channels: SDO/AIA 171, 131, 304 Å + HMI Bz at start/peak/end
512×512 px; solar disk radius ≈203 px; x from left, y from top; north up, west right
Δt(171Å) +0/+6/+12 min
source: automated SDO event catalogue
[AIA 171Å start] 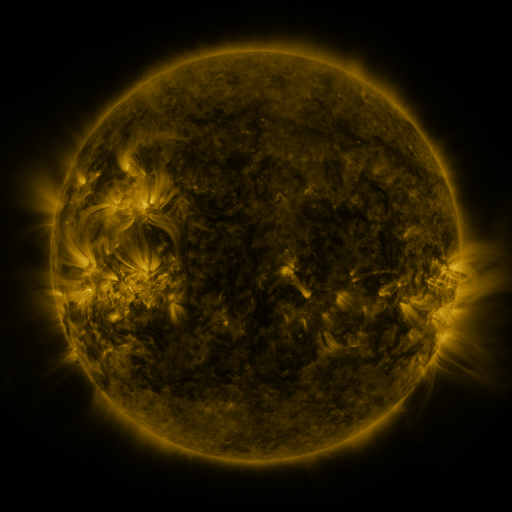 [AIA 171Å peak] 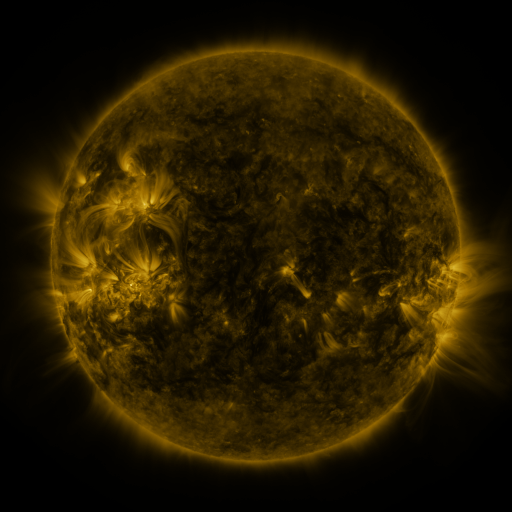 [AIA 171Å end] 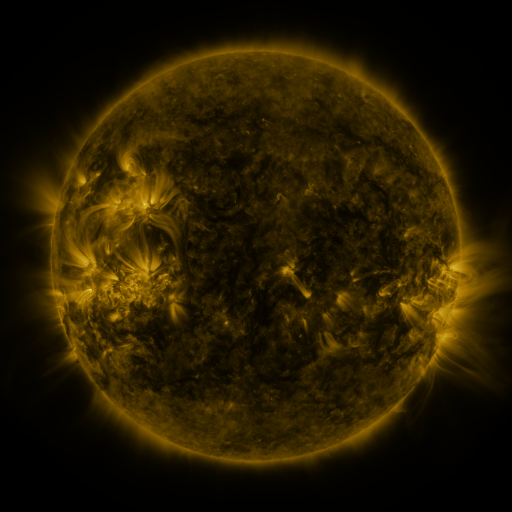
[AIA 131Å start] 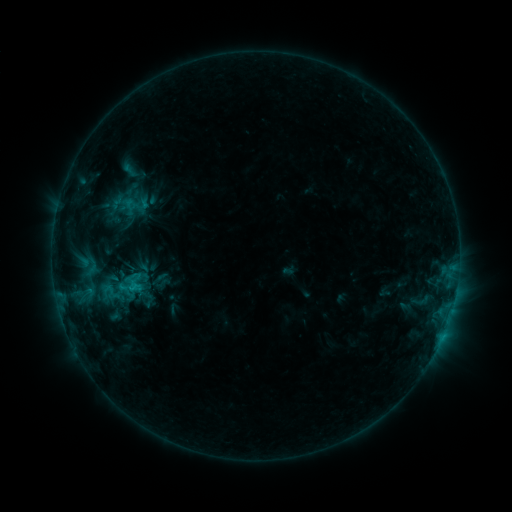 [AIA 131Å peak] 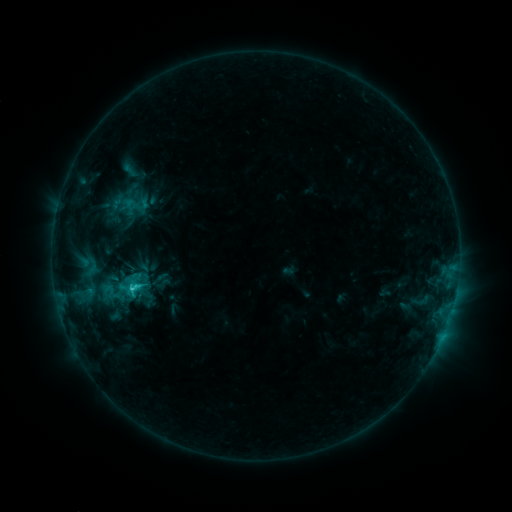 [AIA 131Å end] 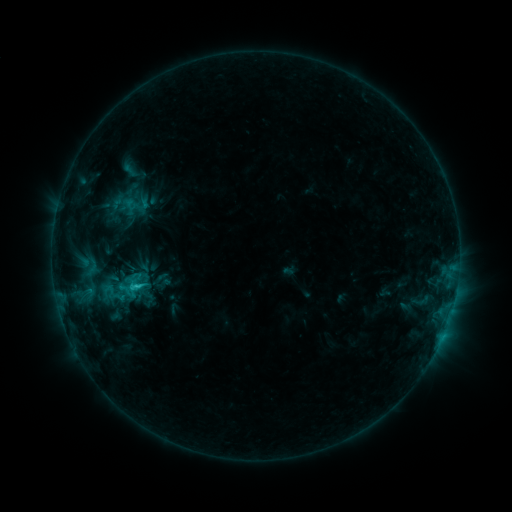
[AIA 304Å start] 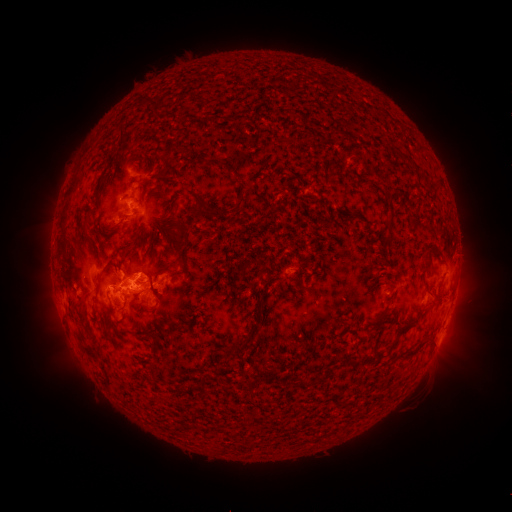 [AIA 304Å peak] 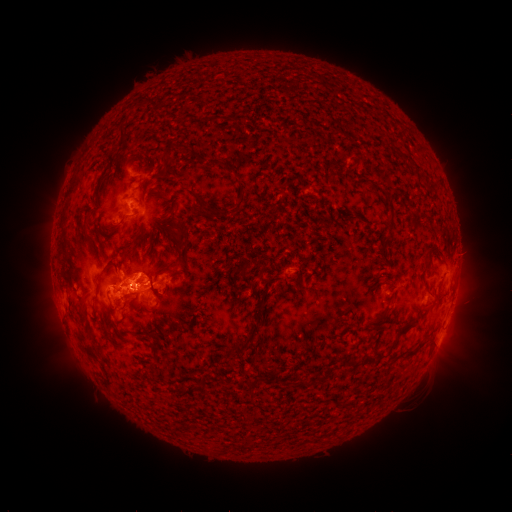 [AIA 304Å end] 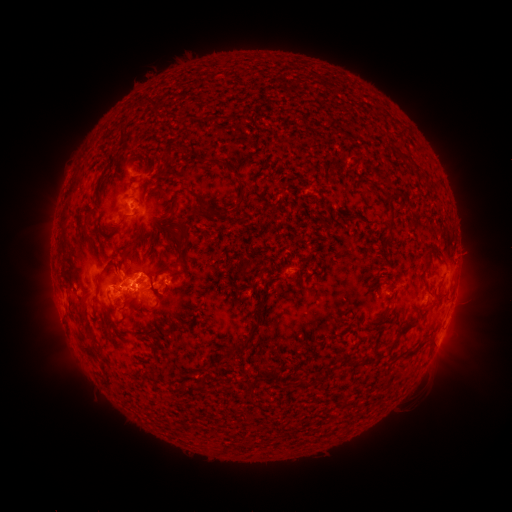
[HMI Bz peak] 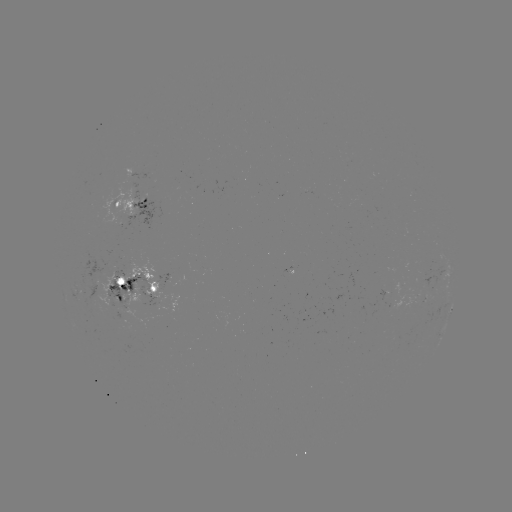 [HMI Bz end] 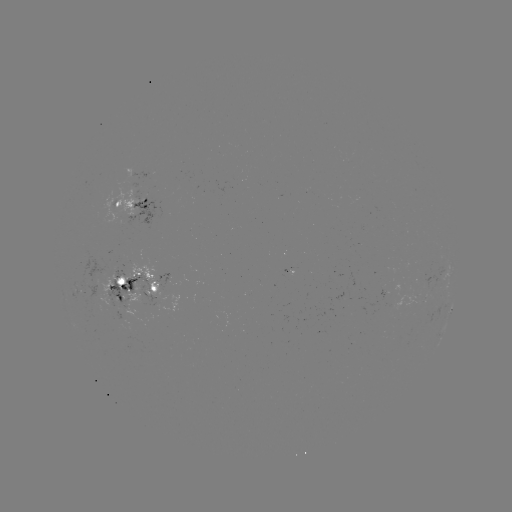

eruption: [133, 265, 169, 304]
